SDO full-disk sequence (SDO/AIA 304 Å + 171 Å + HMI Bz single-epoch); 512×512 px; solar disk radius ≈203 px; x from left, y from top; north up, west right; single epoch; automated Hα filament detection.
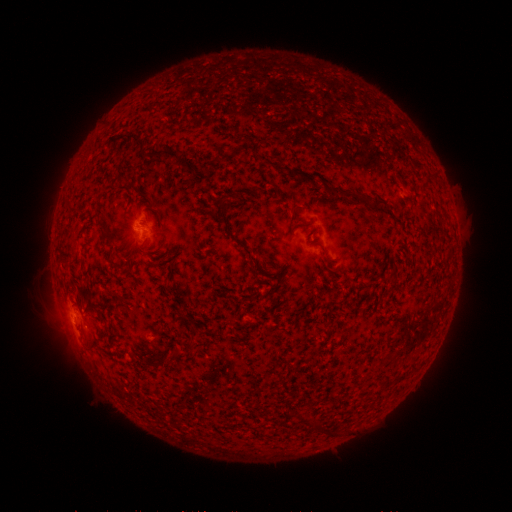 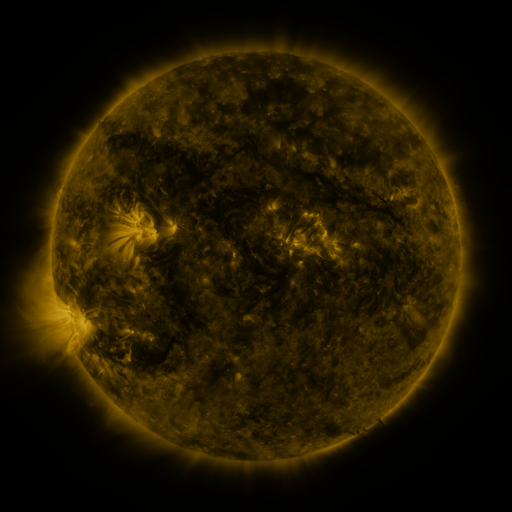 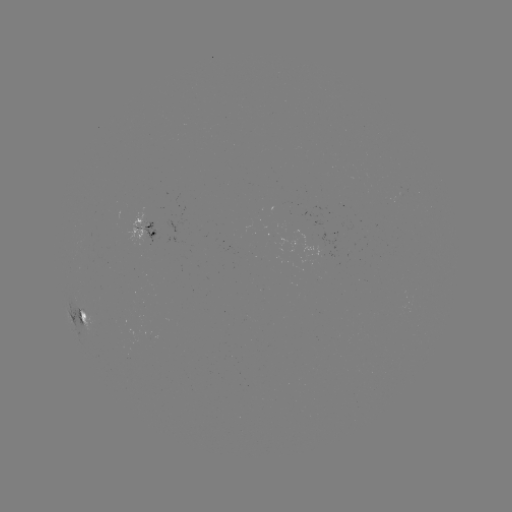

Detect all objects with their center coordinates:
filament: (148, 149, 179, 161)
filament: (202, 161, 210, 171)
filament: (372, 196, 384, 209)
filament: (220, 199, 228, 224)
filament: (233, 239, 252, 257)
filament: (78, 312, 87, 324)
filament: (174, 351, 187, 359)
filament: (315, 421, 323, 432)
